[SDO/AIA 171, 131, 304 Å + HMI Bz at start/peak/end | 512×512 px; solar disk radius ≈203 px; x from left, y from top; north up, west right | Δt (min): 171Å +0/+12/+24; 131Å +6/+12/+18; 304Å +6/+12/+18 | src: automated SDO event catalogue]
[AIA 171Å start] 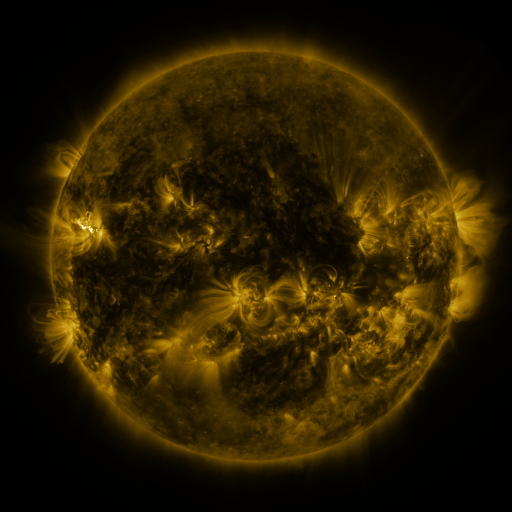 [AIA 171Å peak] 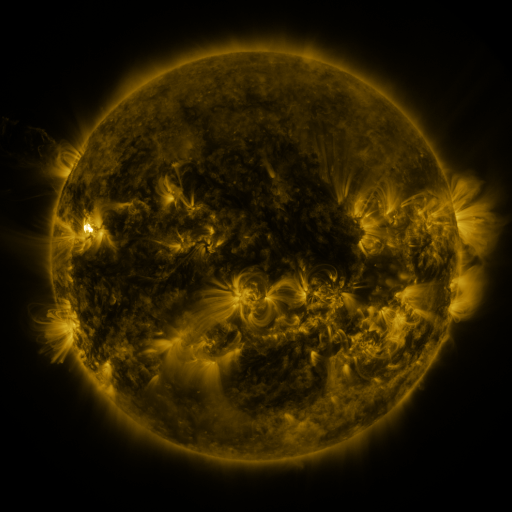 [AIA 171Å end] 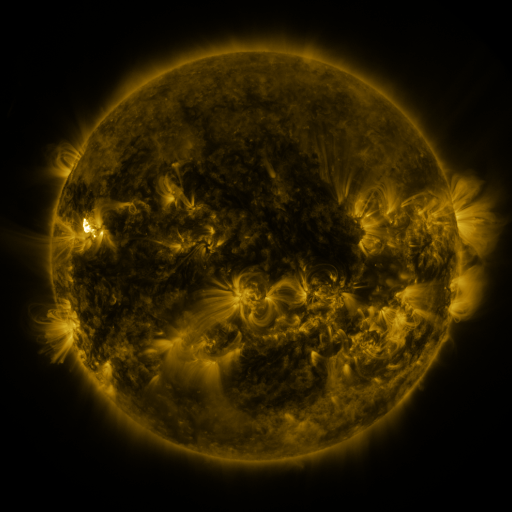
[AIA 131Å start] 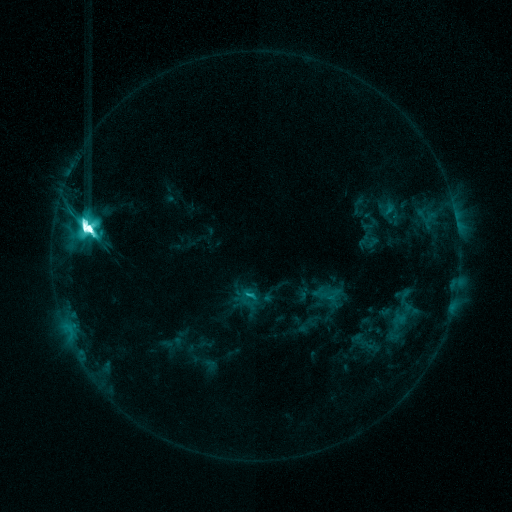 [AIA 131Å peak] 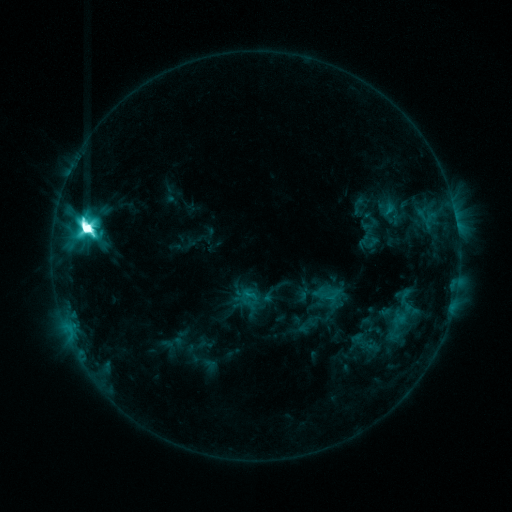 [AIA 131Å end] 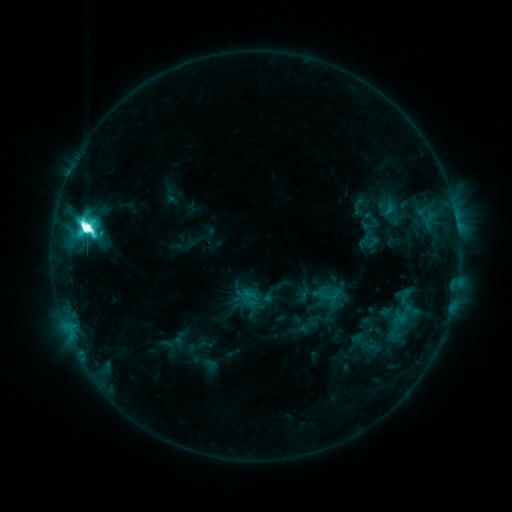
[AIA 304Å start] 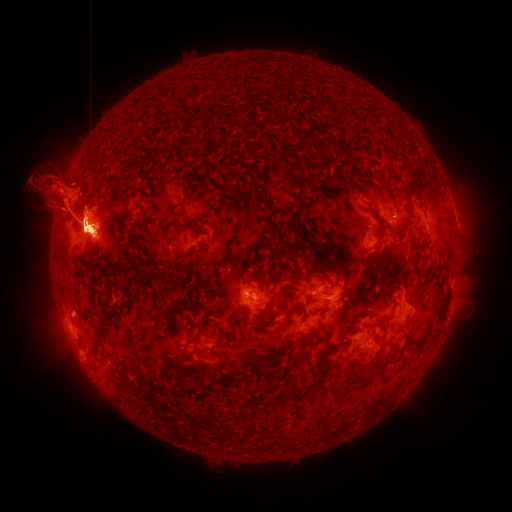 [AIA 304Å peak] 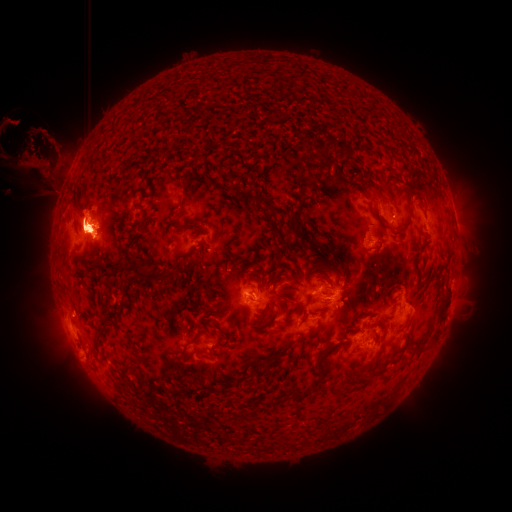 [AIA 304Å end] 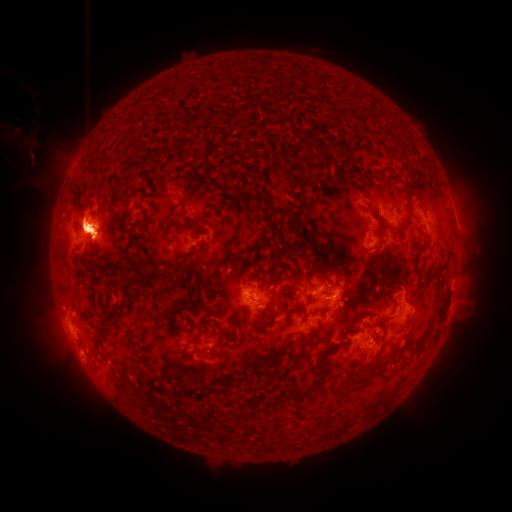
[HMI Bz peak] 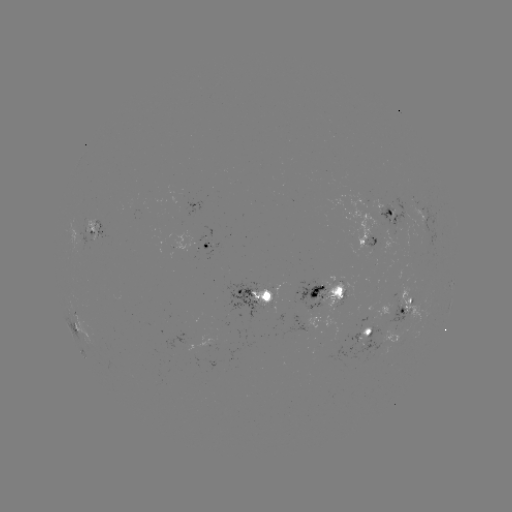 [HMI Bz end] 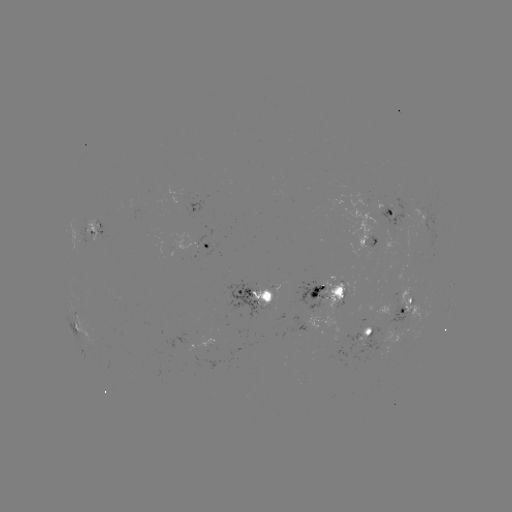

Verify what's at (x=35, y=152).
eruption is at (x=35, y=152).